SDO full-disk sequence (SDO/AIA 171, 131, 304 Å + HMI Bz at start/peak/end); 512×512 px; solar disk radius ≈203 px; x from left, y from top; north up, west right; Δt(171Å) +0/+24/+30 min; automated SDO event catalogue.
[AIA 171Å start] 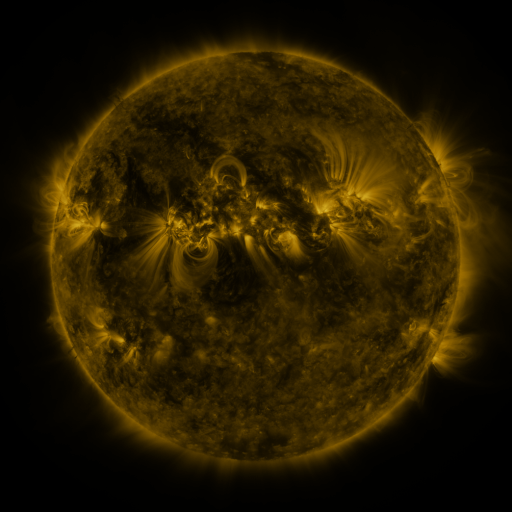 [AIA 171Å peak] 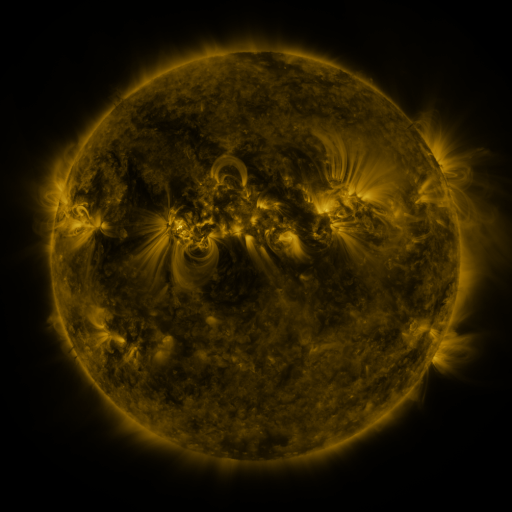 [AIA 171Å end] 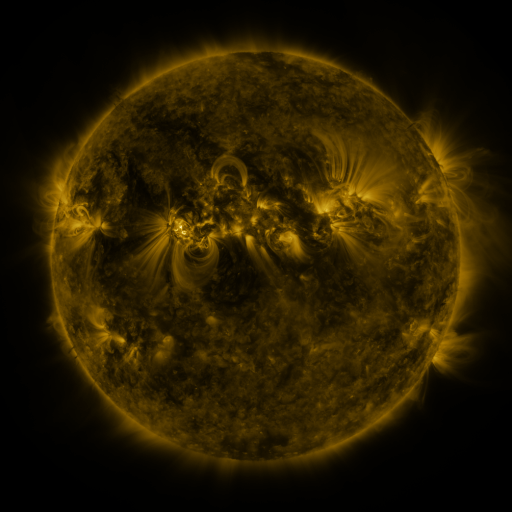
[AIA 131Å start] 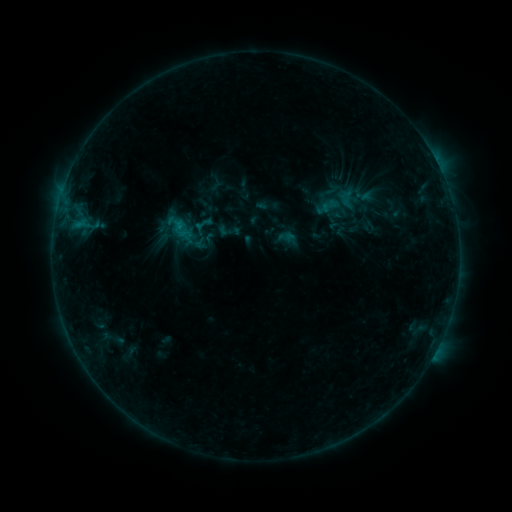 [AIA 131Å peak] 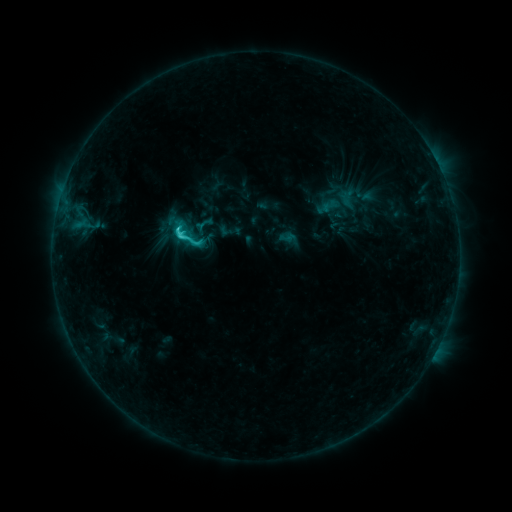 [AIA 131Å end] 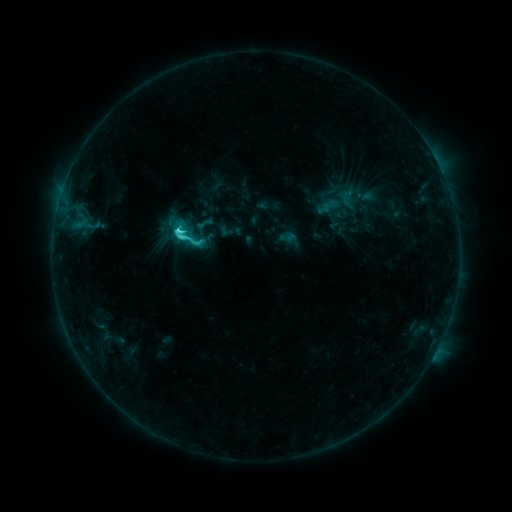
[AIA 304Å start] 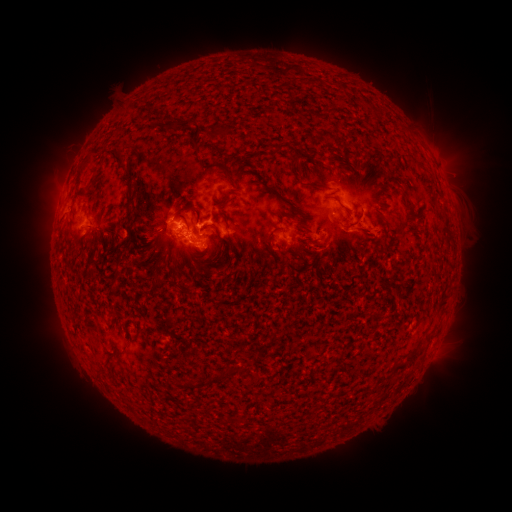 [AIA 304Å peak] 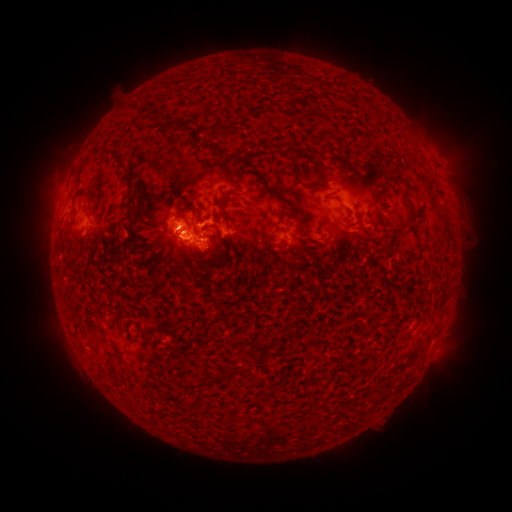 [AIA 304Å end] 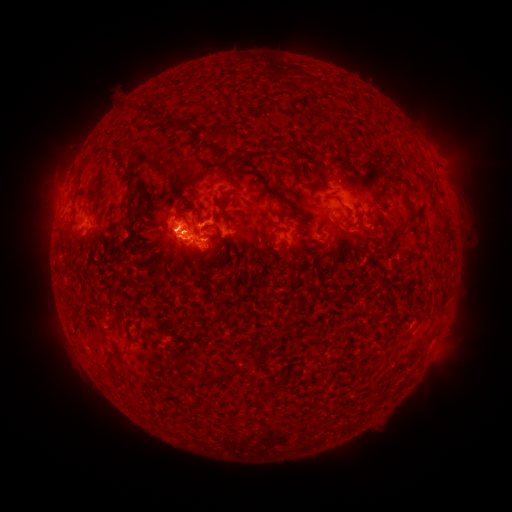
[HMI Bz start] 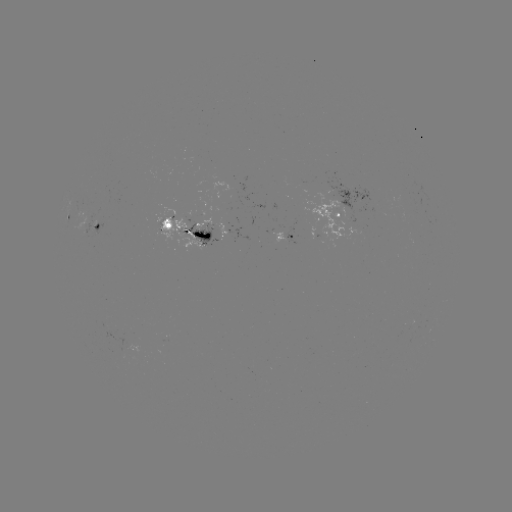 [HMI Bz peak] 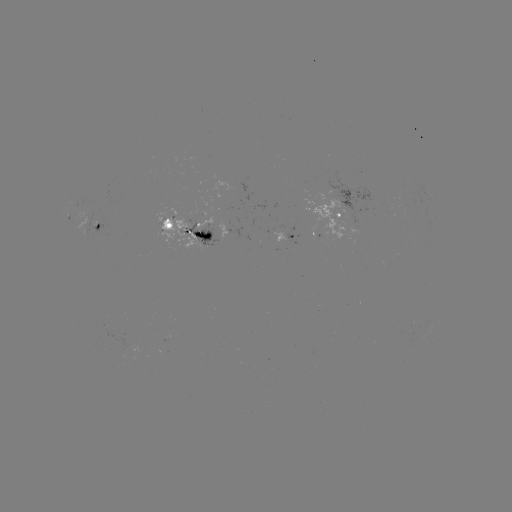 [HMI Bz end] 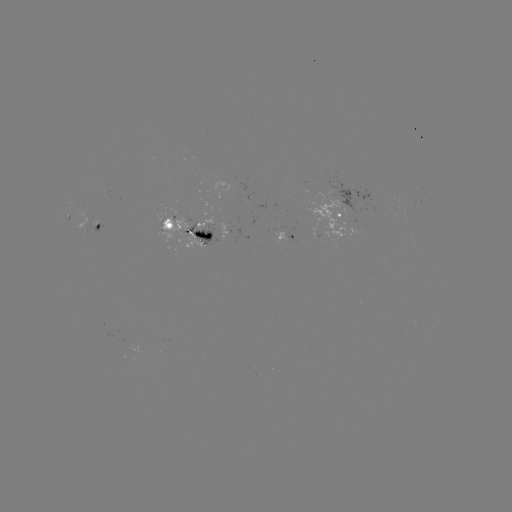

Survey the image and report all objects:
C5.2 flare: (181, 236)
